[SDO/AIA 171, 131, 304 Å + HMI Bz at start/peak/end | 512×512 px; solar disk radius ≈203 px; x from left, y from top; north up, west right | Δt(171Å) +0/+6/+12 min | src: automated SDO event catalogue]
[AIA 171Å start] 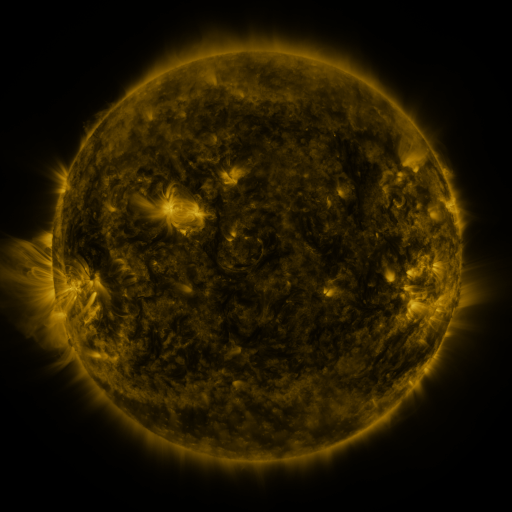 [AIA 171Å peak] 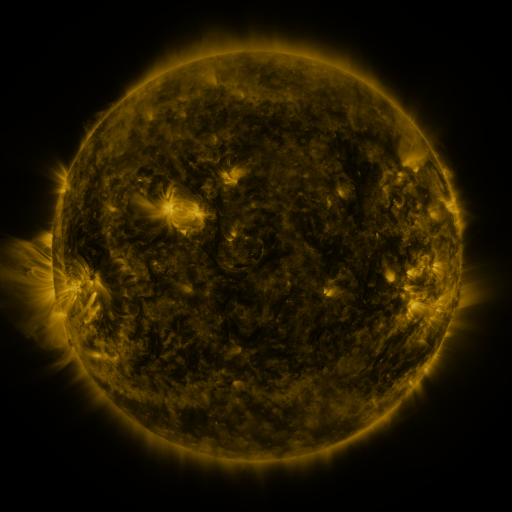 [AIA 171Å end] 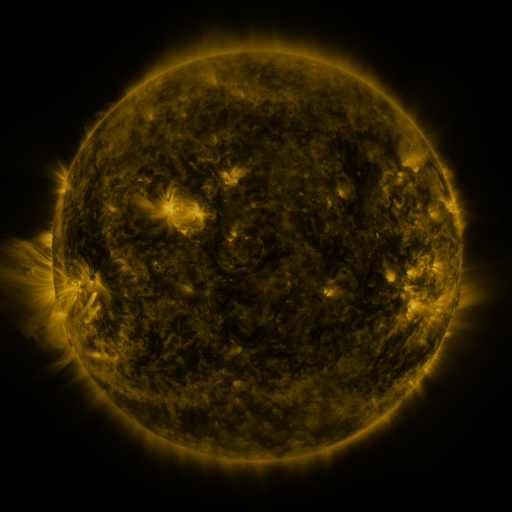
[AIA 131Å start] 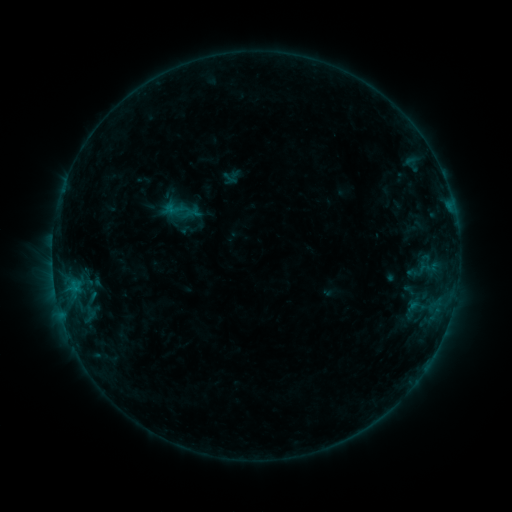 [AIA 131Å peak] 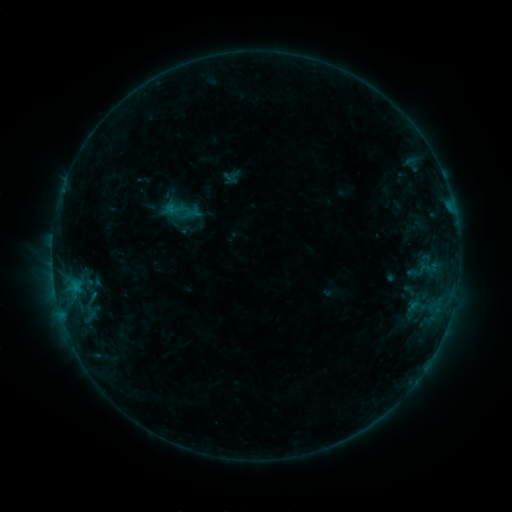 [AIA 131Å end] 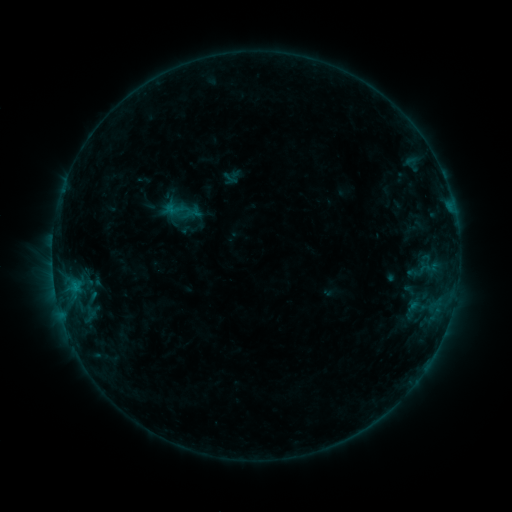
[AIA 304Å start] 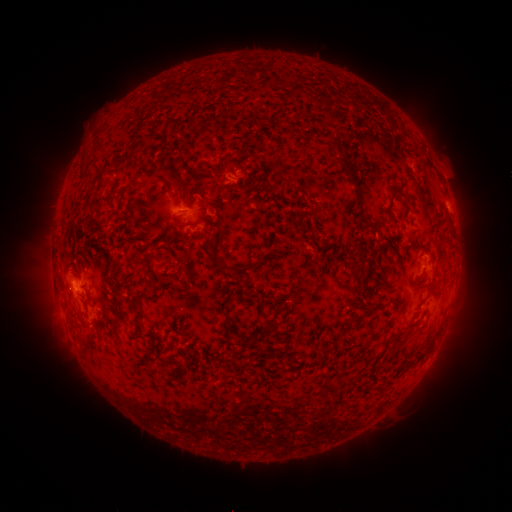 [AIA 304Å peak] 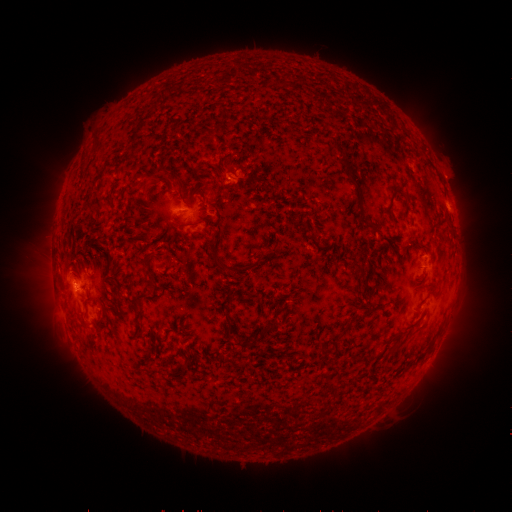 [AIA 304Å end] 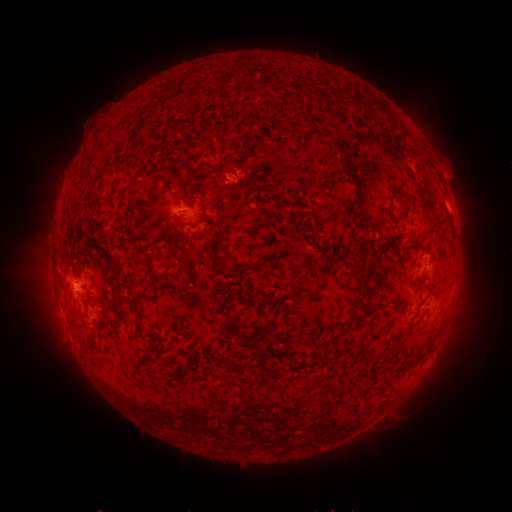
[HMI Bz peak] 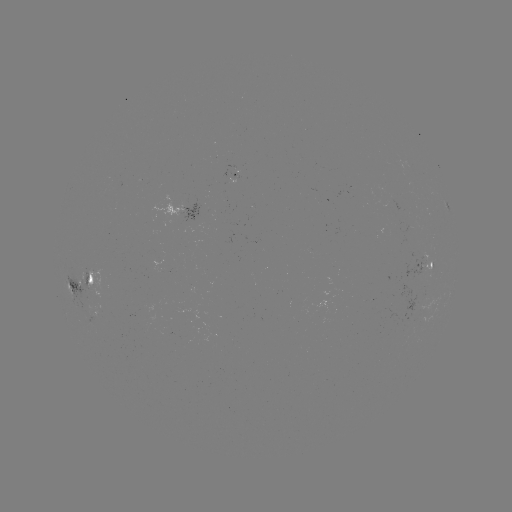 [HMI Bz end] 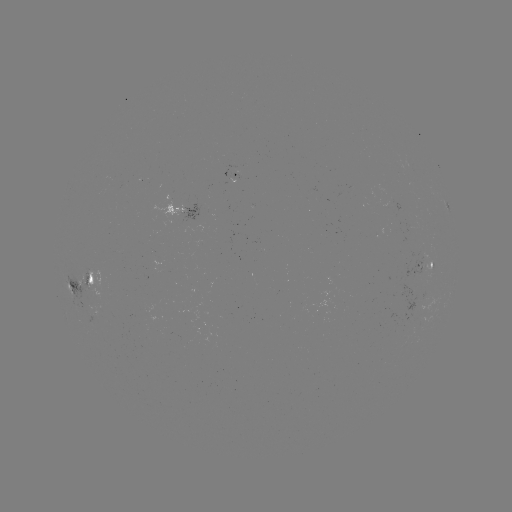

no catalogued flare and no flagged EUV brightening in this window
